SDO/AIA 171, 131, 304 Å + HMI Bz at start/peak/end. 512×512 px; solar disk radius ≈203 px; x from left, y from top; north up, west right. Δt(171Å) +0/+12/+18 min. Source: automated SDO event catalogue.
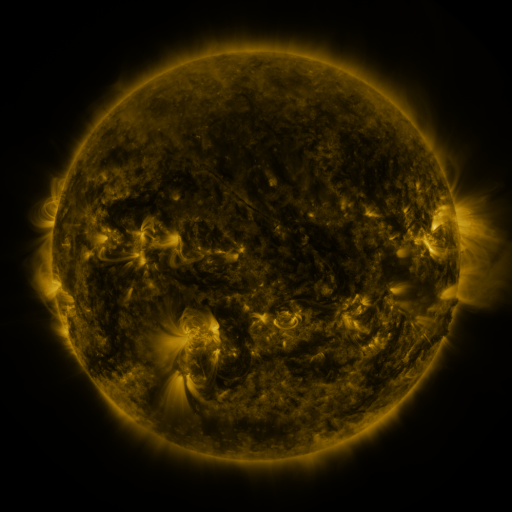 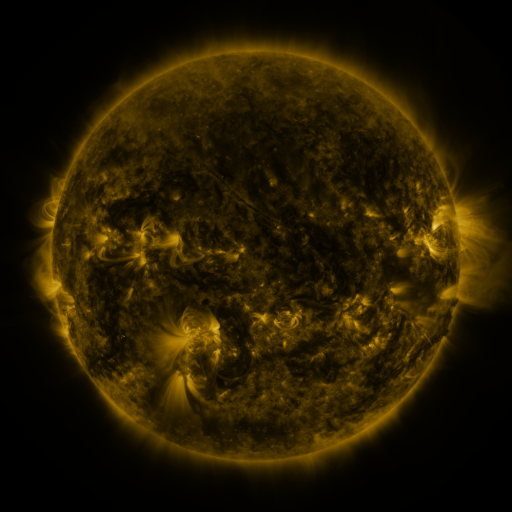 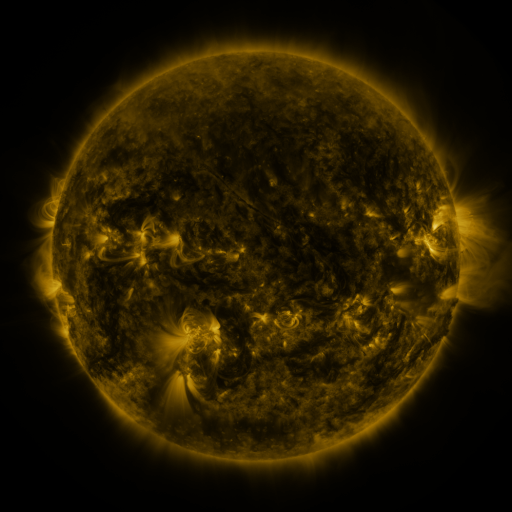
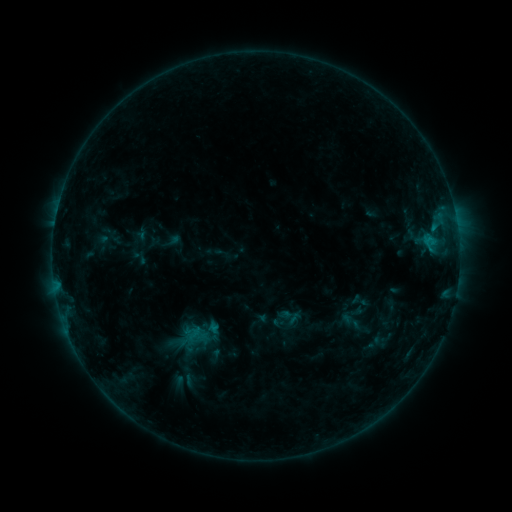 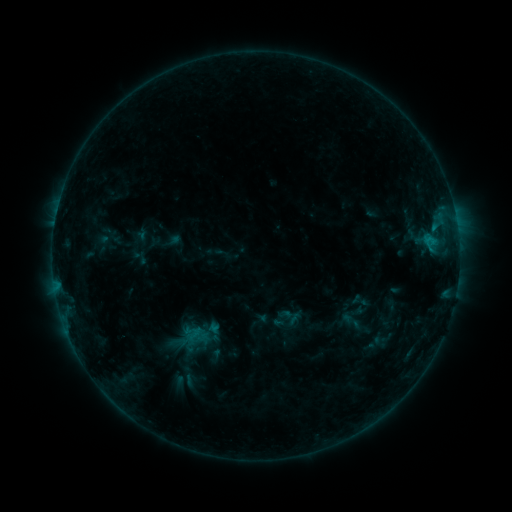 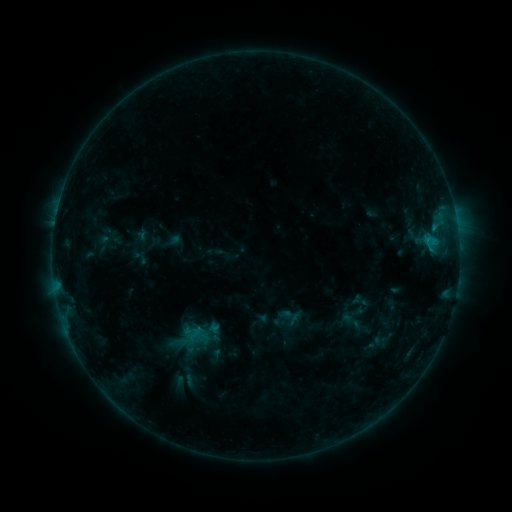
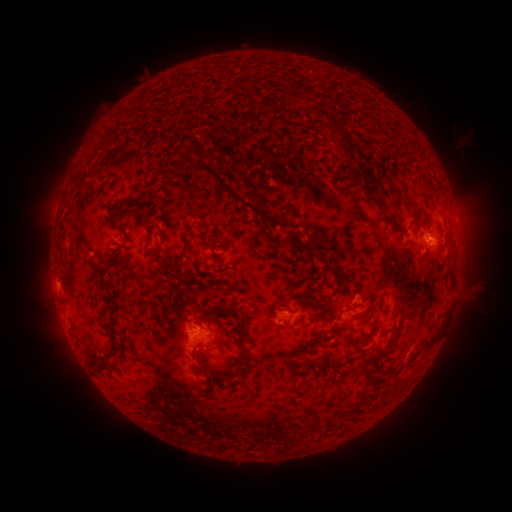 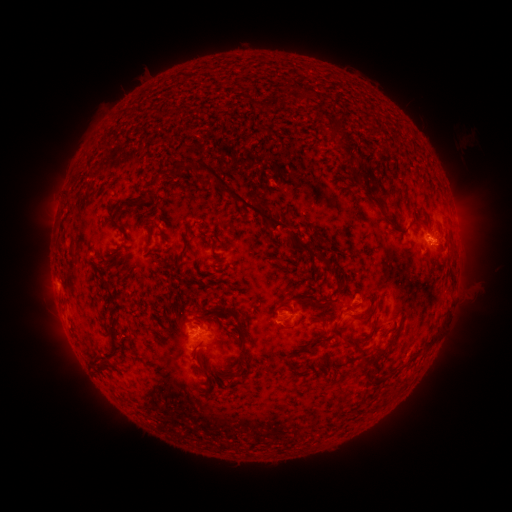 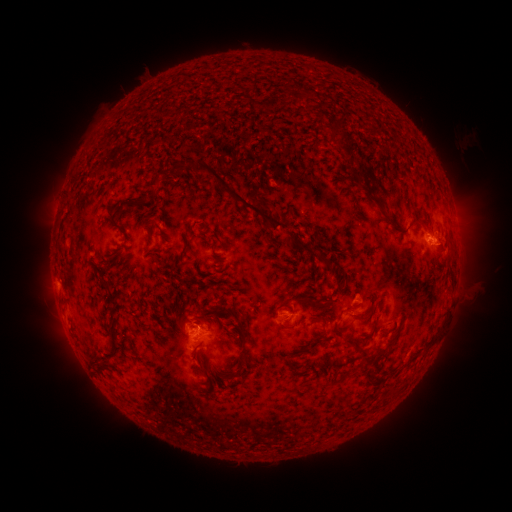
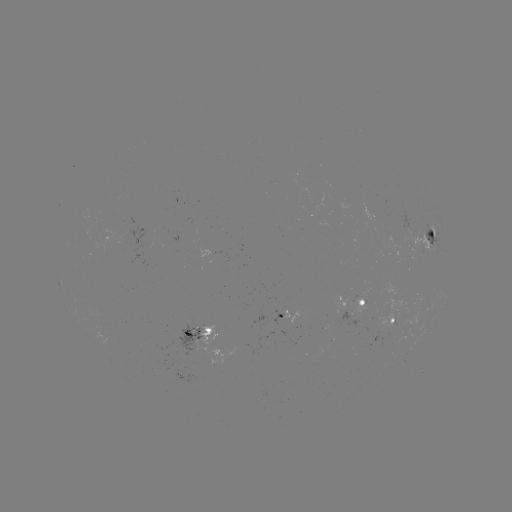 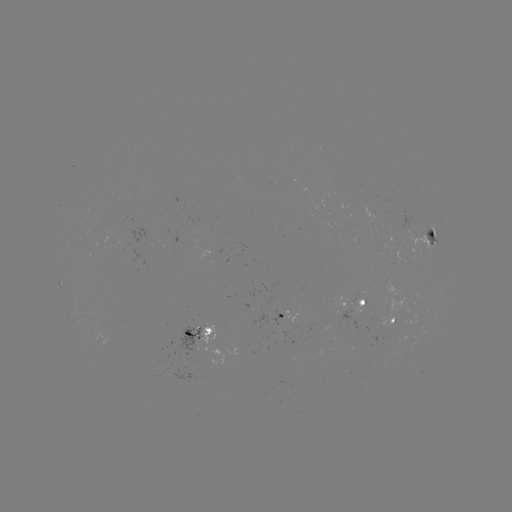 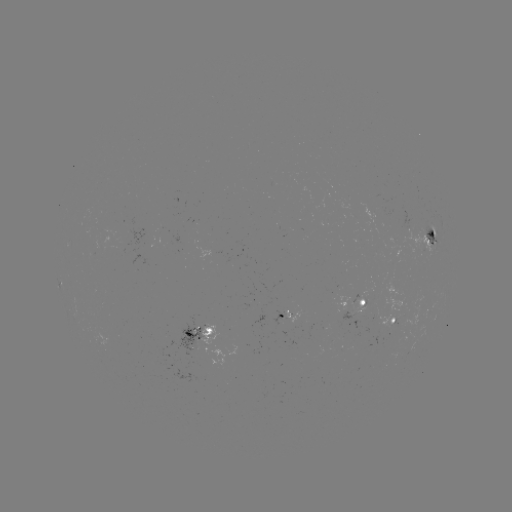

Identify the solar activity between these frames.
no classed flare was catalogued and no EUV brightening was flagged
